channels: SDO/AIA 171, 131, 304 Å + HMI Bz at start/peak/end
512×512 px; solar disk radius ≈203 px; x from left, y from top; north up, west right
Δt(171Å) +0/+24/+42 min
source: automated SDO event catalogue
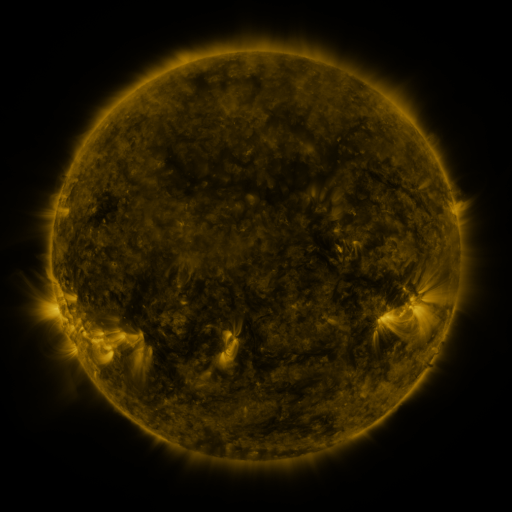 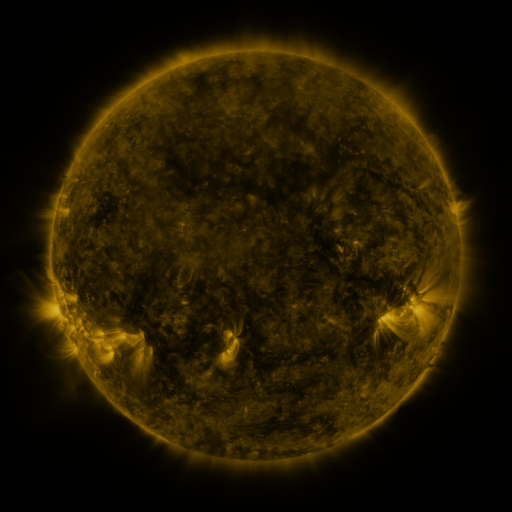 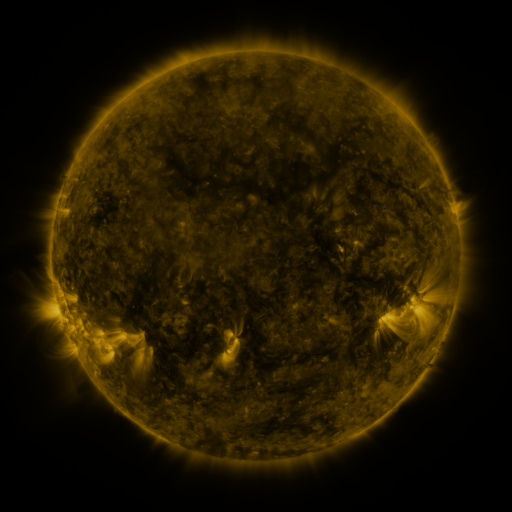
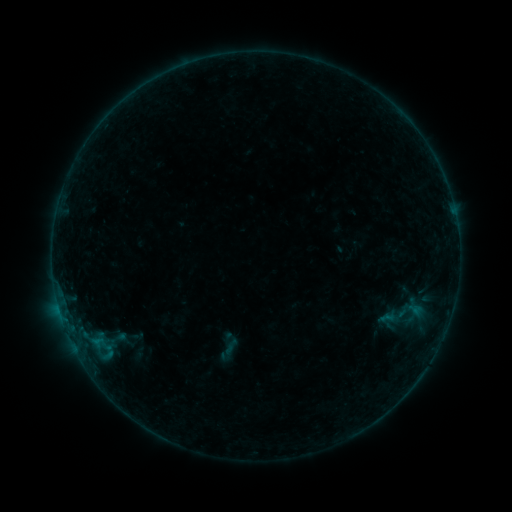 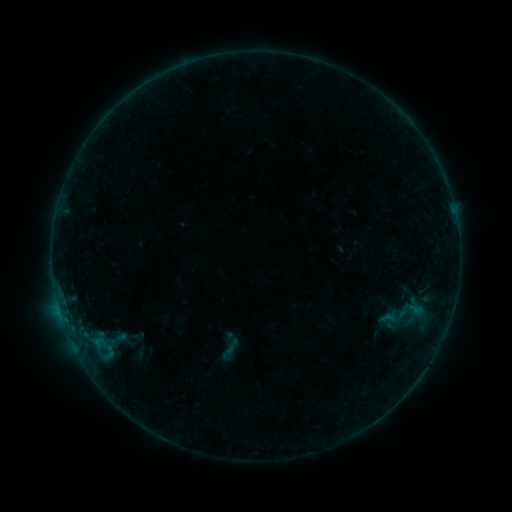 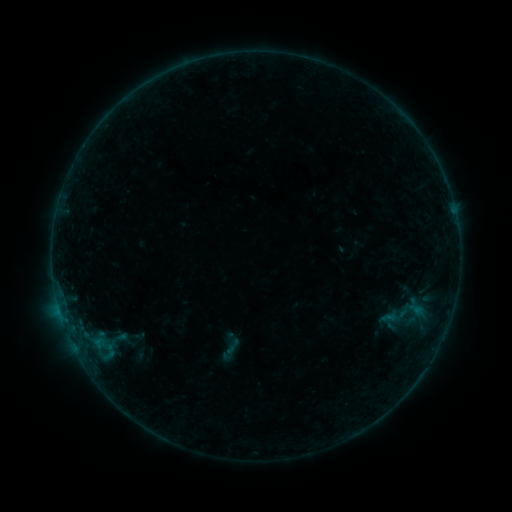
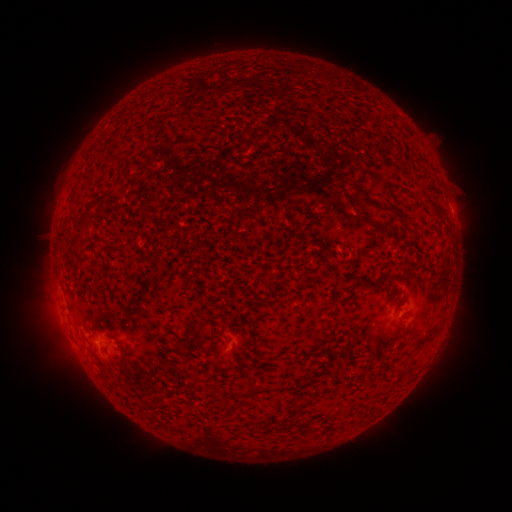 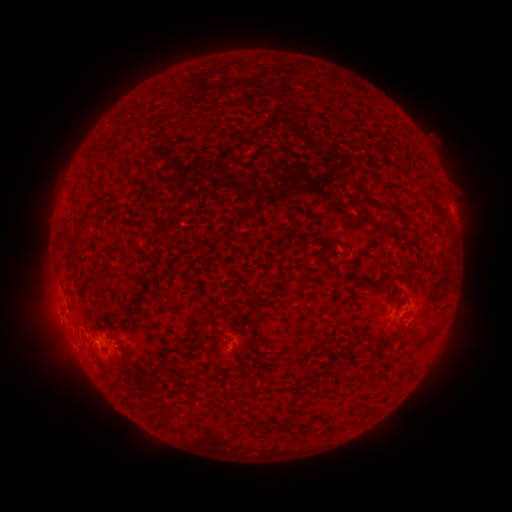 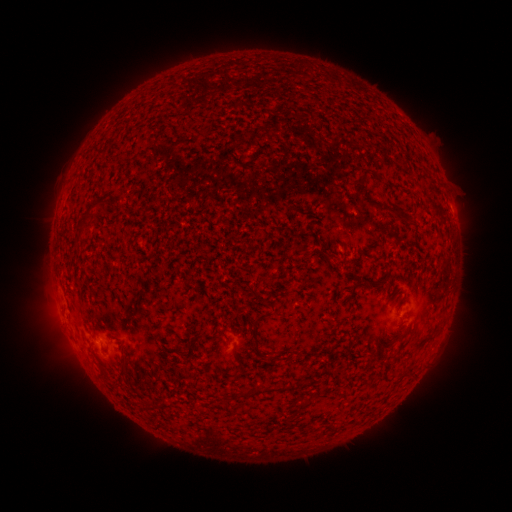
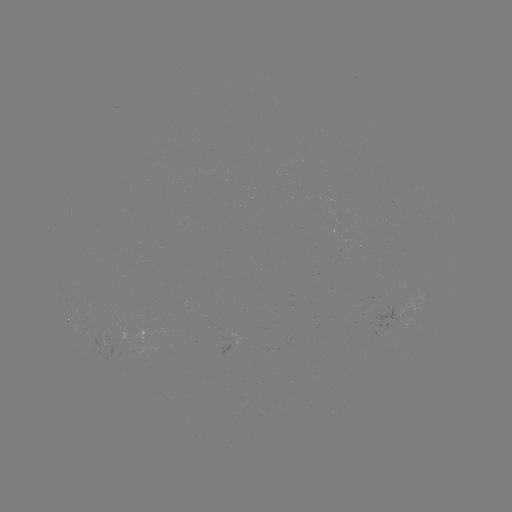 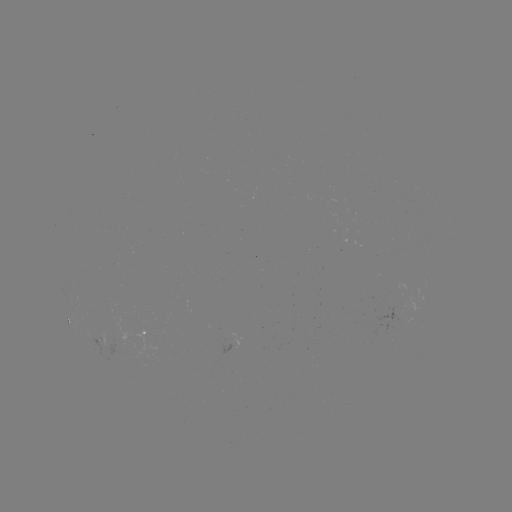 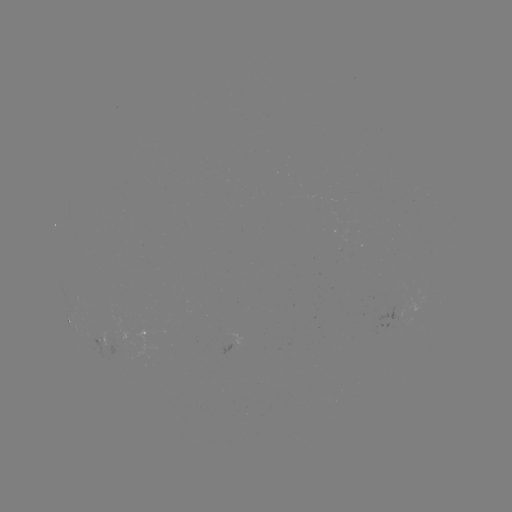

no flare in any classed list; no EUV-trigger detection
